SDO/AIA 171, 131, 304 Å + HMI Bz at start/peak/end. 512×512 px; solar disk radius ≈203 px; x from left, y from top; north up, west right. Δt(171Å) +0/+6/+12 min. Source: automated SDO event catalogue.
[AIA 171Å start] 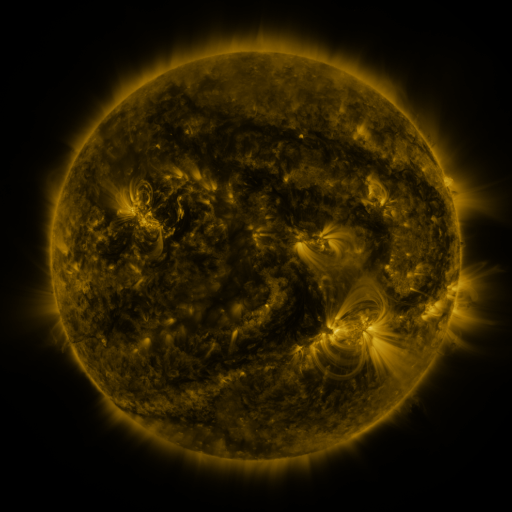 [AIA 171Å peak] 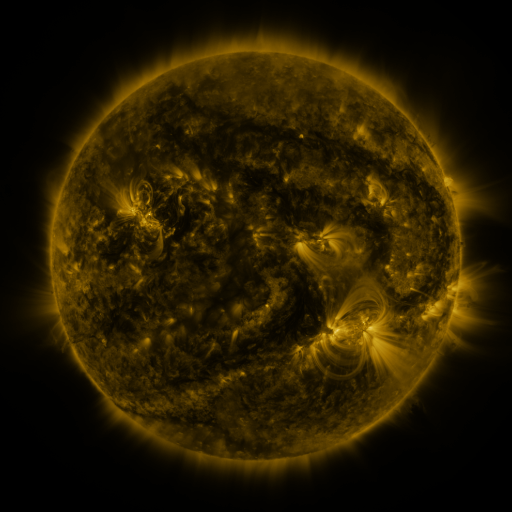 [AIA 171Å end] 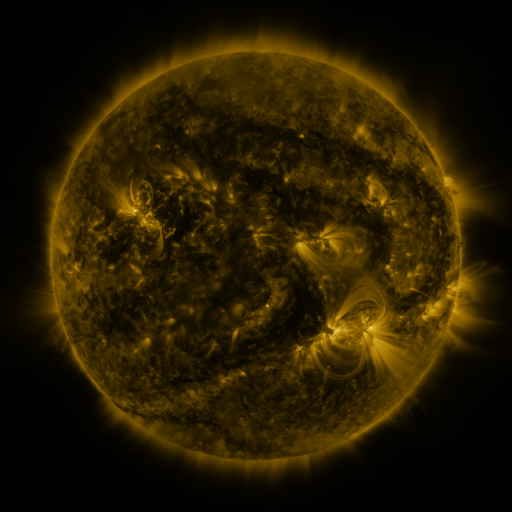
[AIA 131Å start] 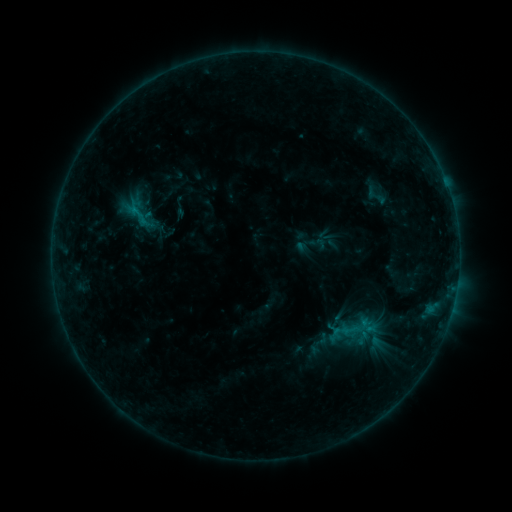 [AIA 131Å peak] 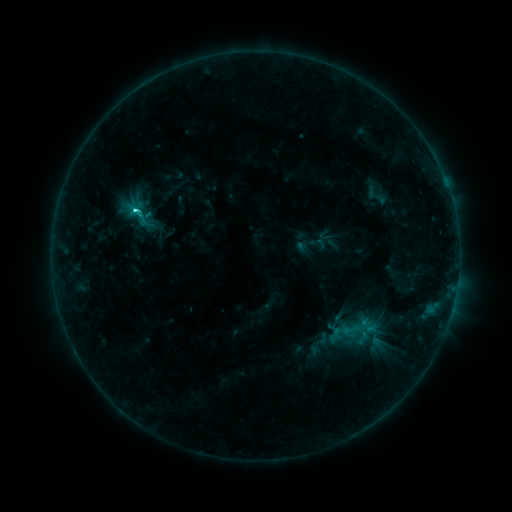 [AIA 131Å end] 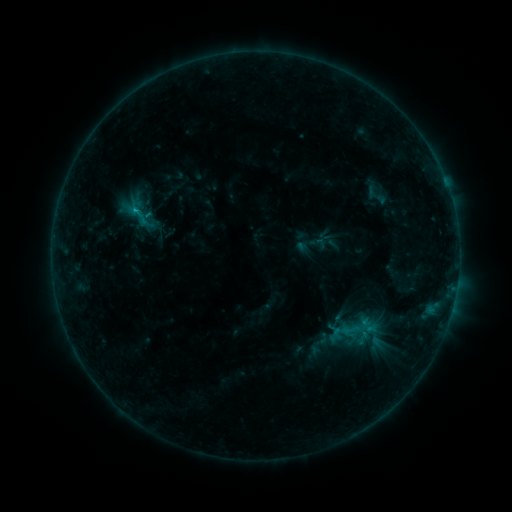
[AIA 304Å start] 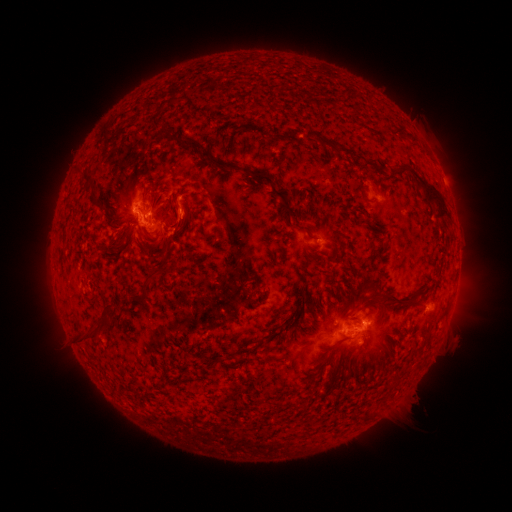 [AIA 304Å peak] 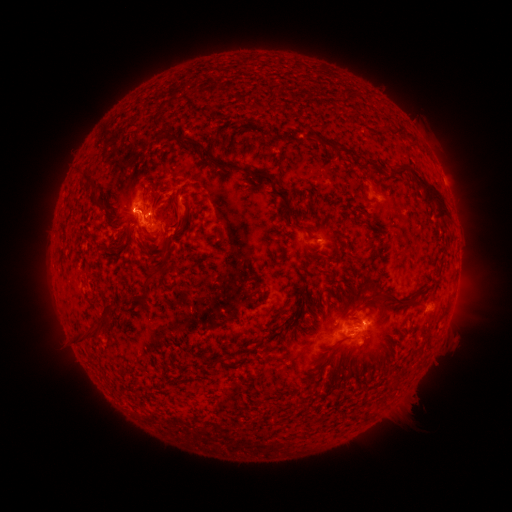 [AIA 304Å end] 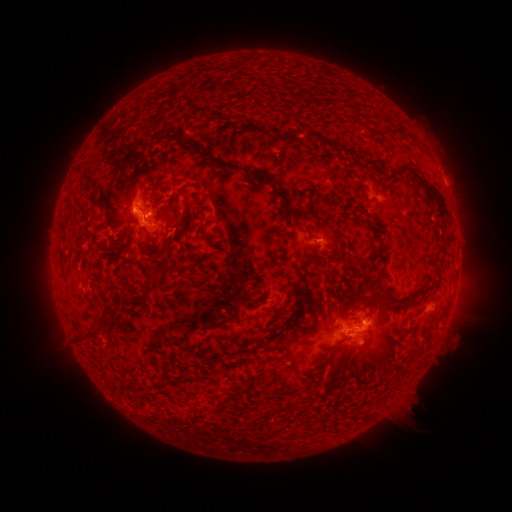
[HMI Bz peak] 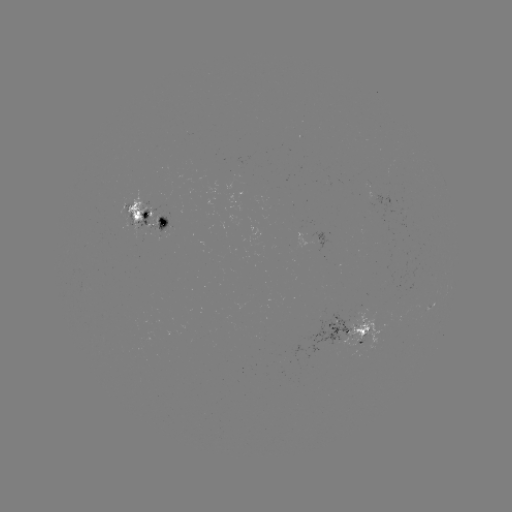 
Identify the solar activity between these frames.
C1.8 flare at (136, 214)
